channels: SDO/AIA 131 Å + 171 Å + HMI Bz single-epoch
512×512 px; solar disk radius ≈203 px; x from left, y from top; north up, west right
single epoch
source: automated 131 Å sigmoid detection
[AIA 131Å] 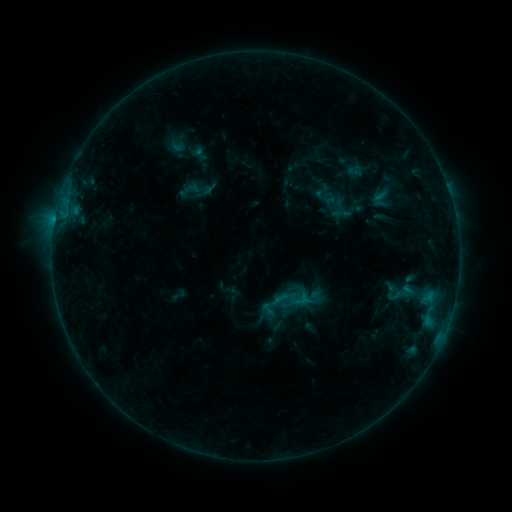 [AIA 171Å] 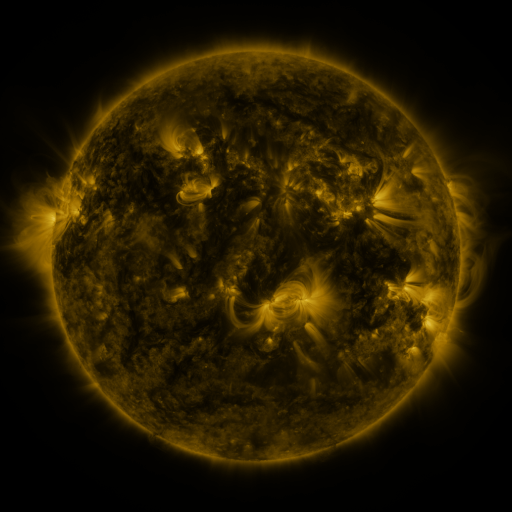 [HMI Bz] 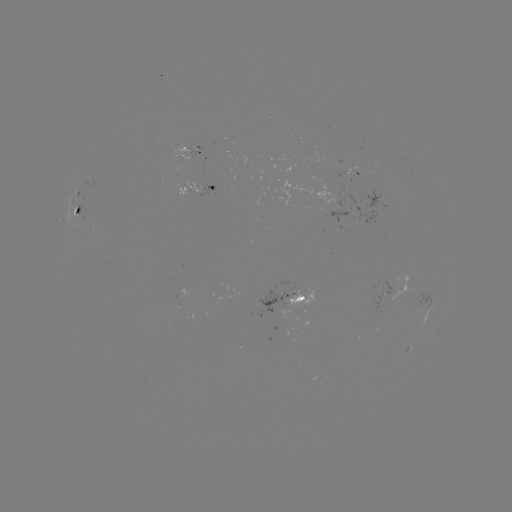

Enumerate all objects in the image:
sigmoid: (322, 190)
sigmoid: (294, 298)
